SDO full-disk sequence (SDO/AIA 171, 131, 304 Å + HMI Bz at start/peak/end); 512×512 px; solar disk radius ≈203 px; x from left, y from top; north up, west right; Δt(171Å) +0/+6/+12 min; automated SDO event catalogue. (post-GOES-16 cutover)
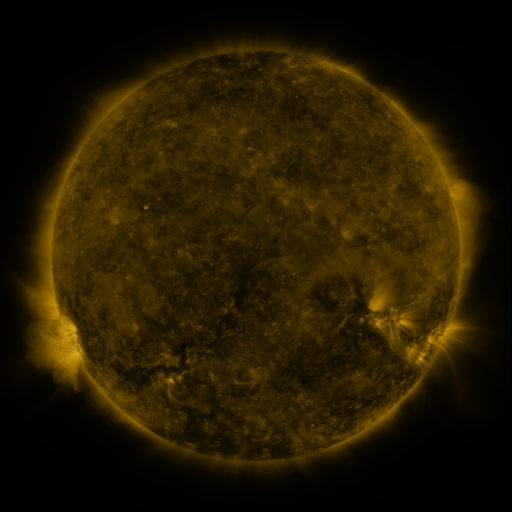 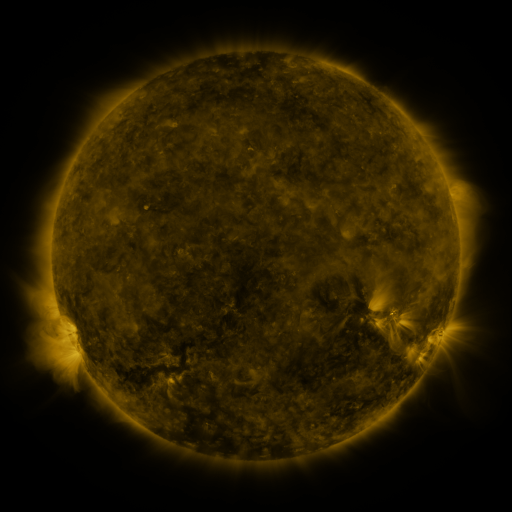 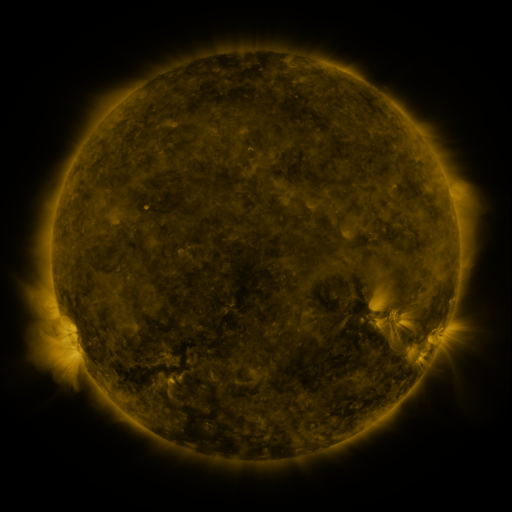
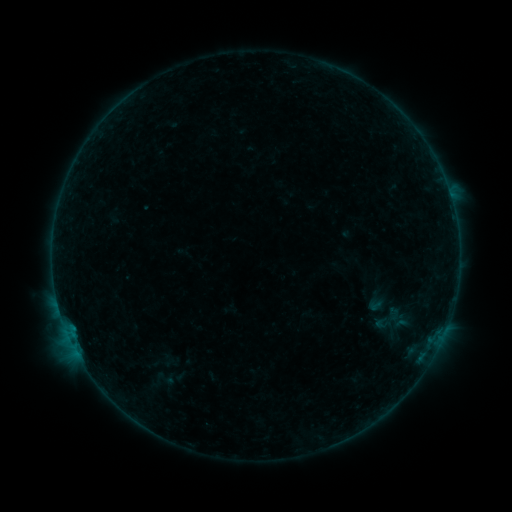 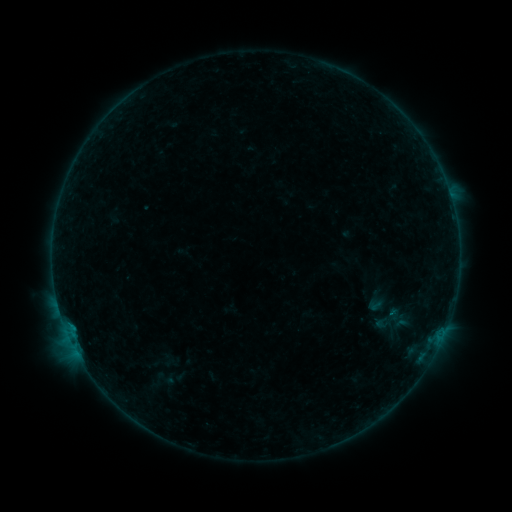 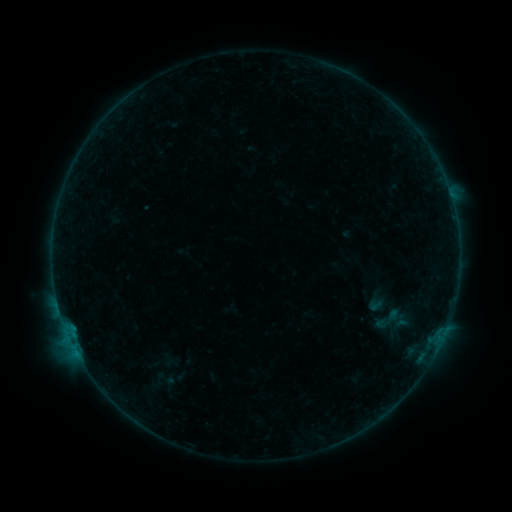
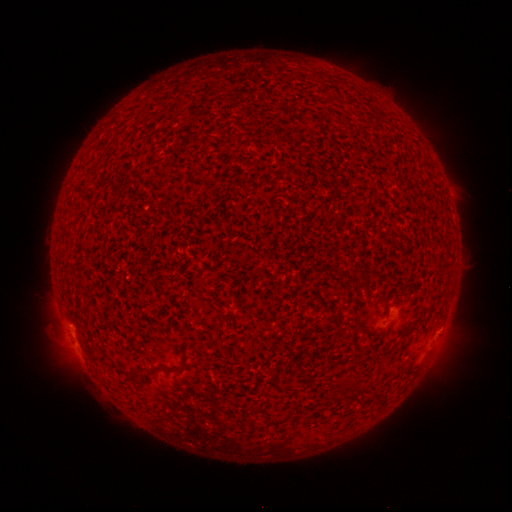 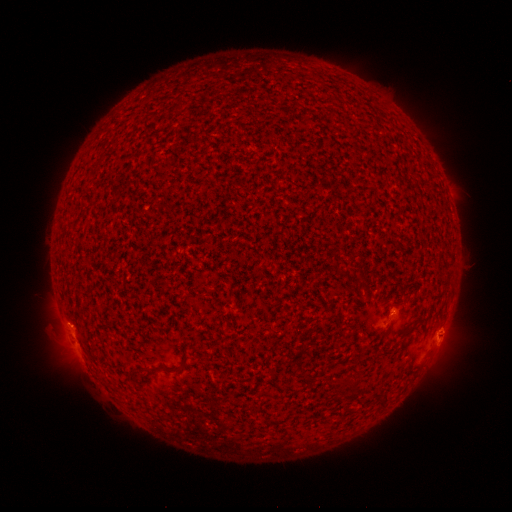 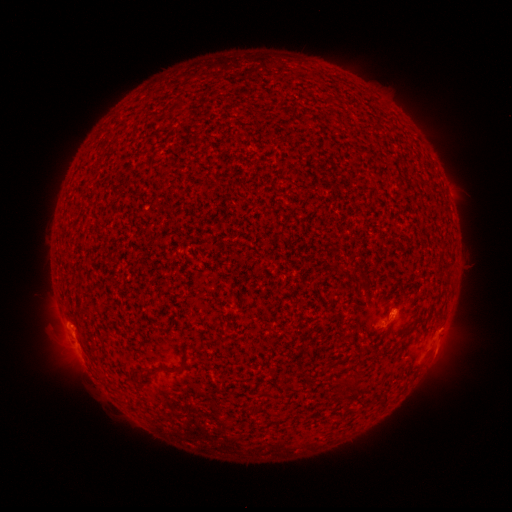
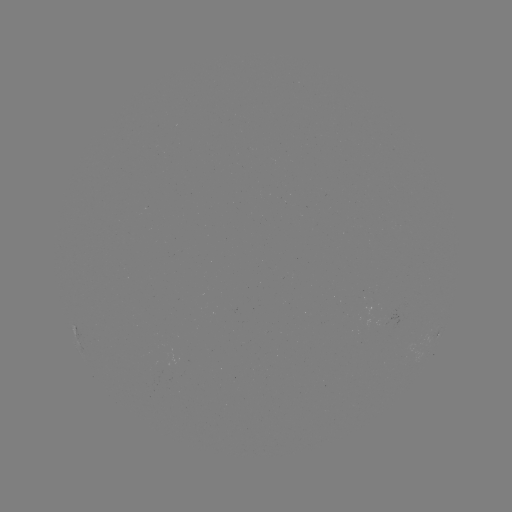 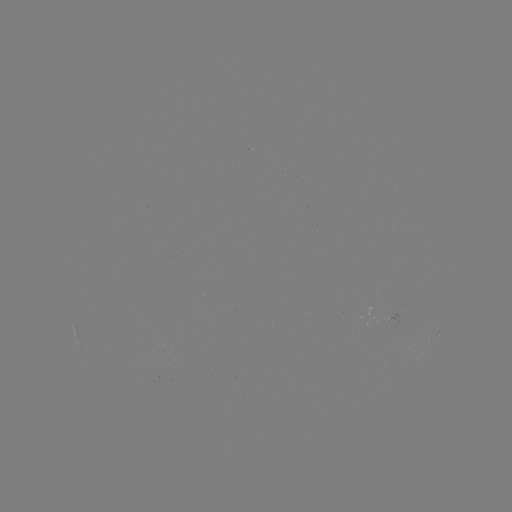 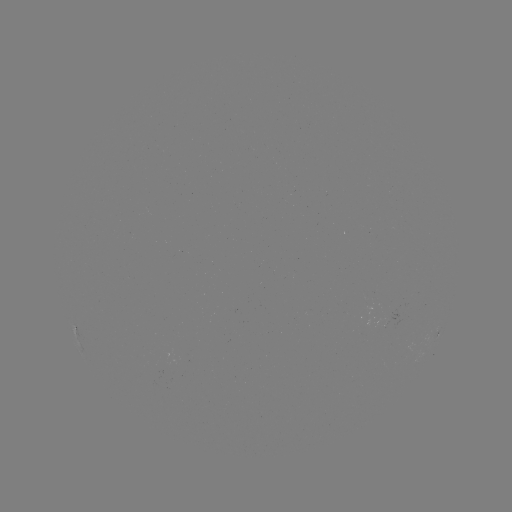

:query B1.6 flare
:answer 71,325